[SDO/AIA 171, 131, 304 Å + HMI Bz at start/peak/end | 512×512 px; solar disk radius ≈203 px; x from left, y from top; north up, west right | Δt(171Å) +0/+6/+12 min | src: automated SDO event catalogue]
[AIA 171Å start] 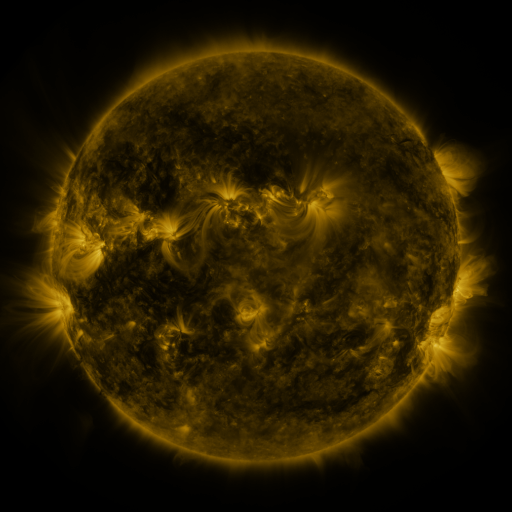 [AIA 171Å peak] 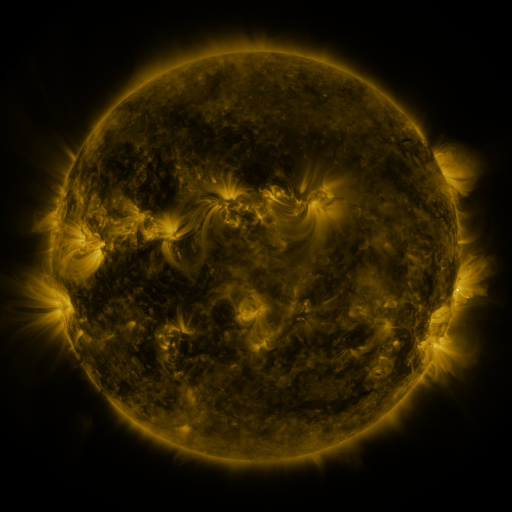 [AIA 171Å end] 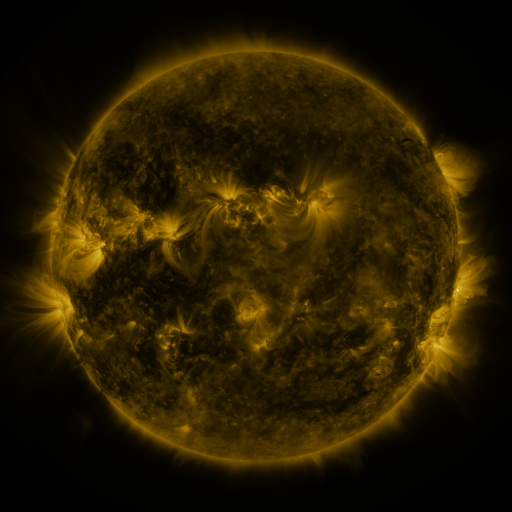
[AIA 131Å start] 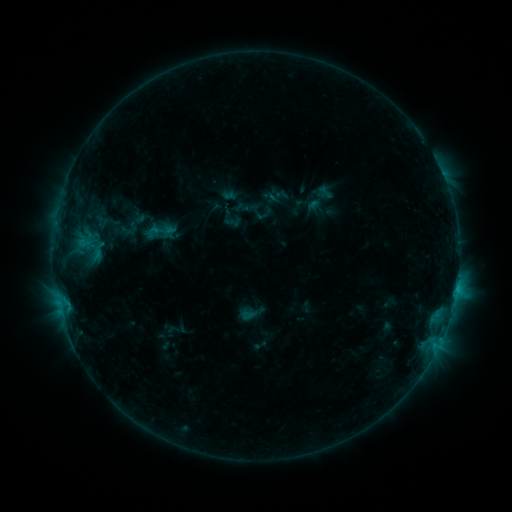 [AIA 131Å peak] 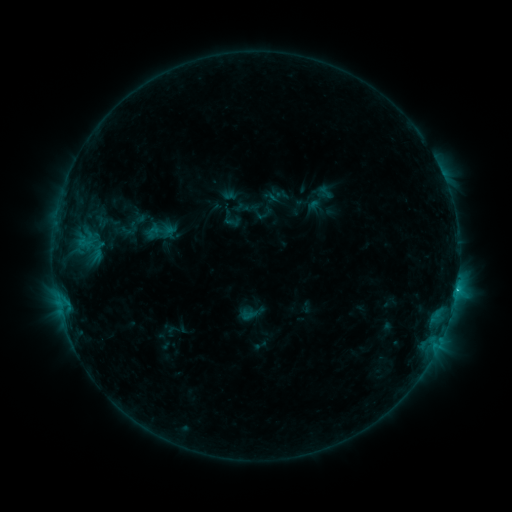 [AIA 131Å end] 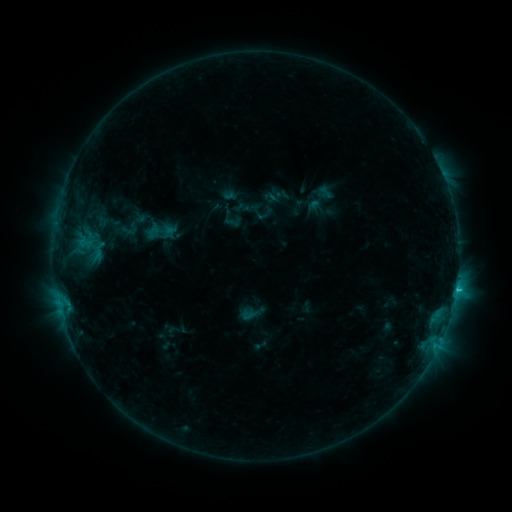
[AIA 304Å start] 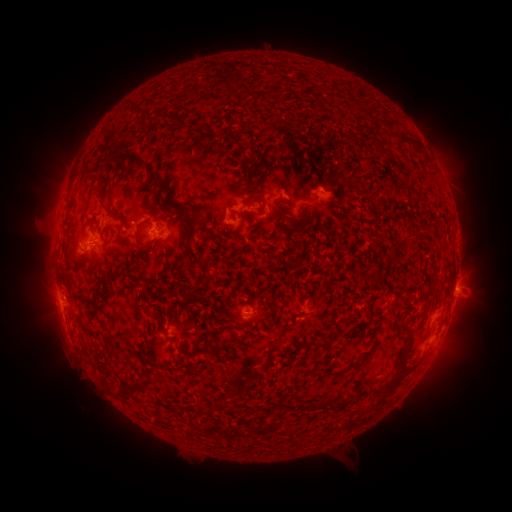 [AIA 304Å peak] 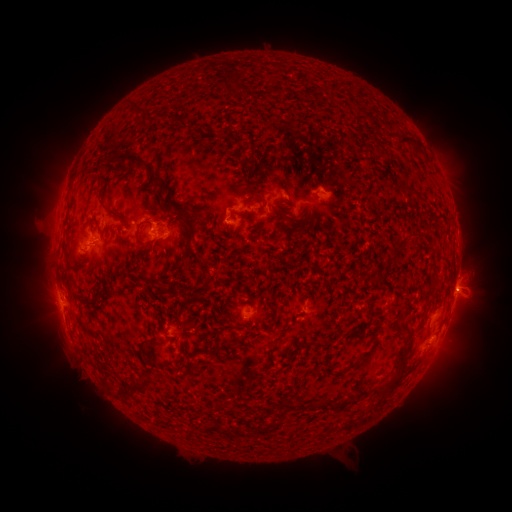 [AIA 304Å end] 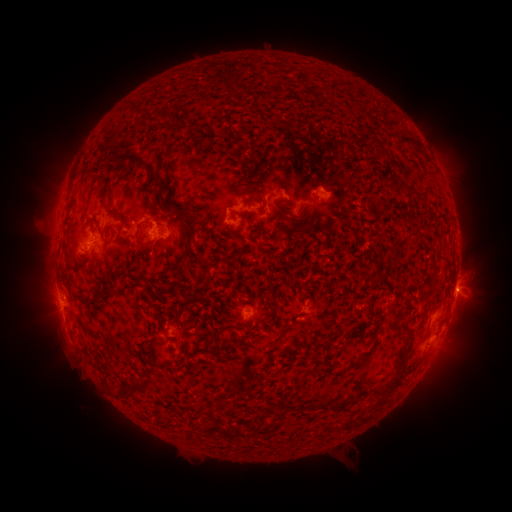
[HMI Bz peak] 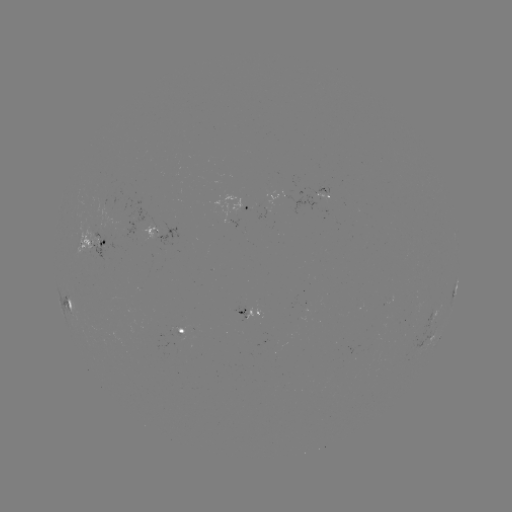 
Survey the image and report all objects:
C1.9 flare: (456, 288)
